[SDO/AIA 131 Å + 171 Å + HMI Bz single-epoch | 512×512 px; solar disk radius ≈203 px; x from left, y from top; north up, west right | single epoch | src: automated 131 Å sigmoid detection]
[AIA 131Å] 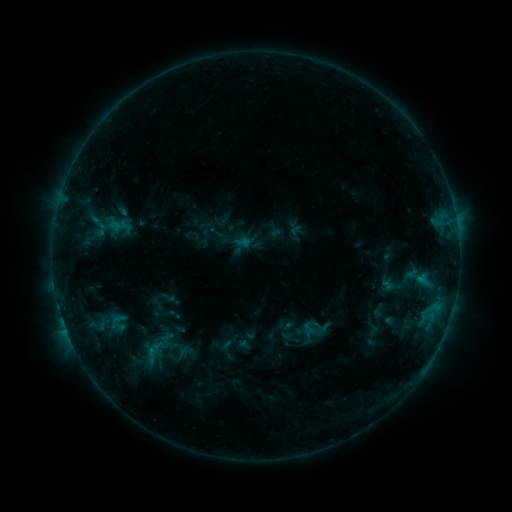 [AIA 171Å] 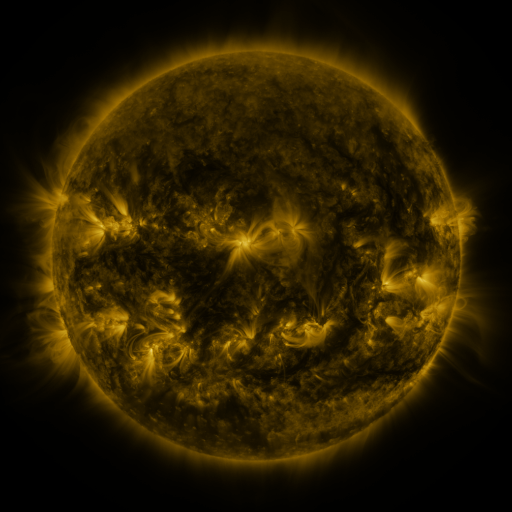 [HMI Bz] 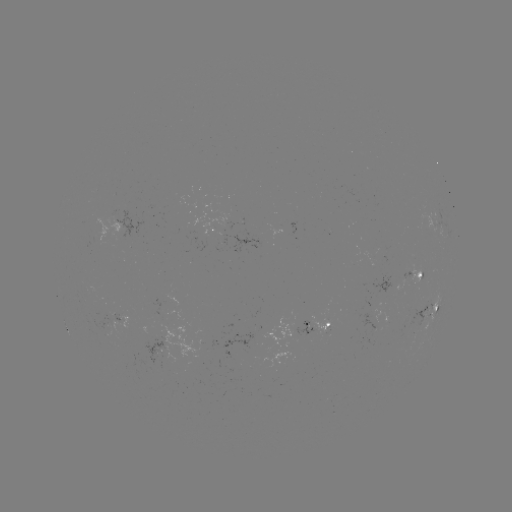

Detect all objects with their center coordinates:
sigmoid: (301, 313, 330, 343)
